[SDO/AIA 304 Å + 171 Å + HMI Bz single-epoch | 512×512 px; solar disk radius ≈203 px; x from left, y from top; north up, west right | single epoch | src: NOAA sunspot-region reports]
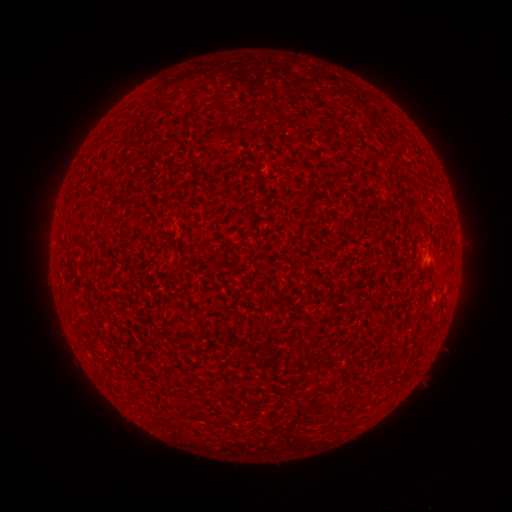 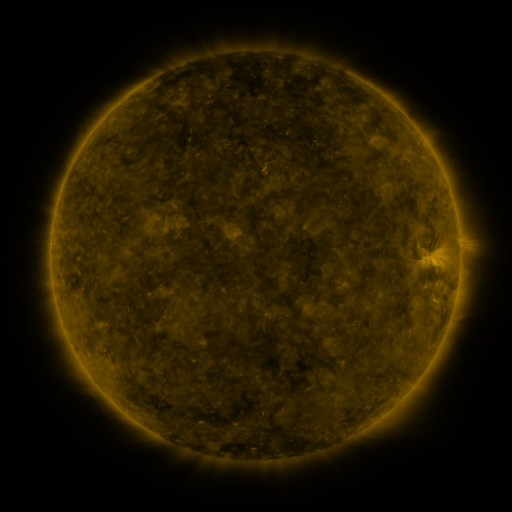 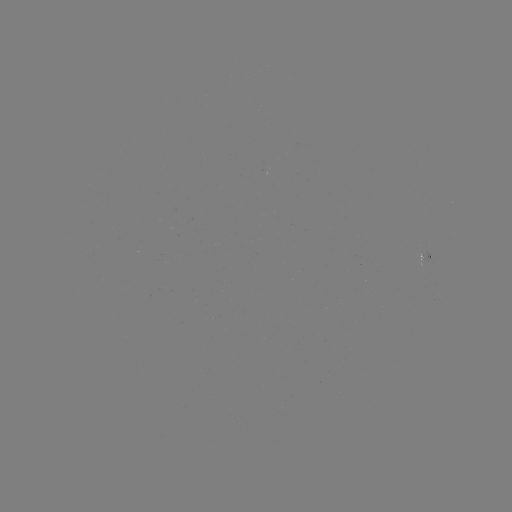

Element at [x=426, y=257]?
spotted active region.